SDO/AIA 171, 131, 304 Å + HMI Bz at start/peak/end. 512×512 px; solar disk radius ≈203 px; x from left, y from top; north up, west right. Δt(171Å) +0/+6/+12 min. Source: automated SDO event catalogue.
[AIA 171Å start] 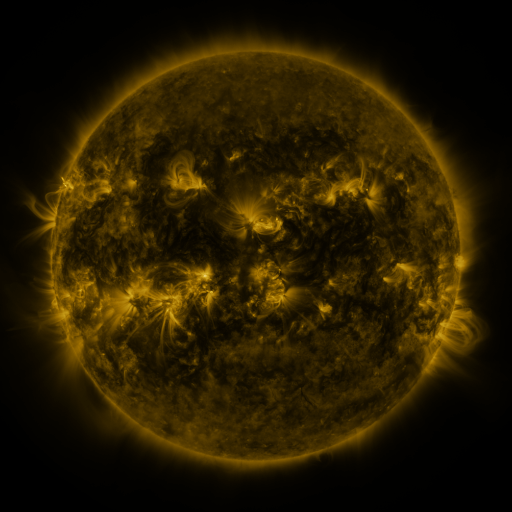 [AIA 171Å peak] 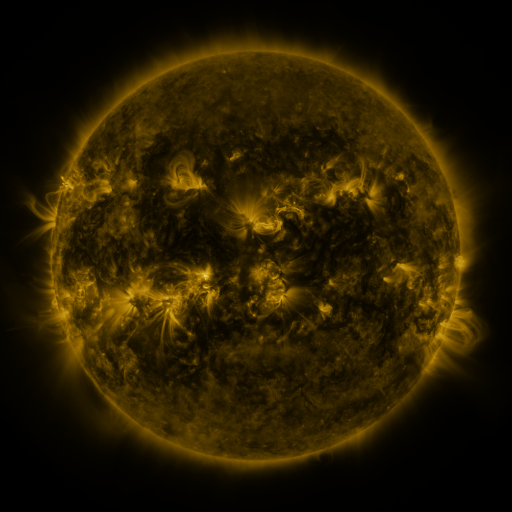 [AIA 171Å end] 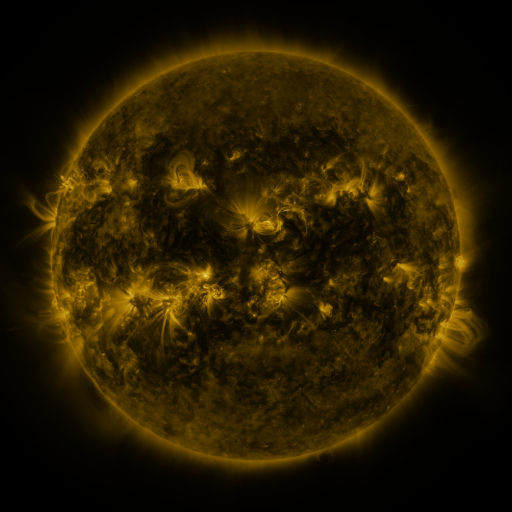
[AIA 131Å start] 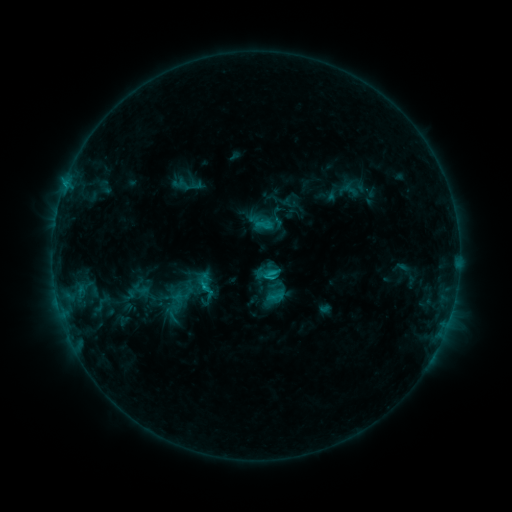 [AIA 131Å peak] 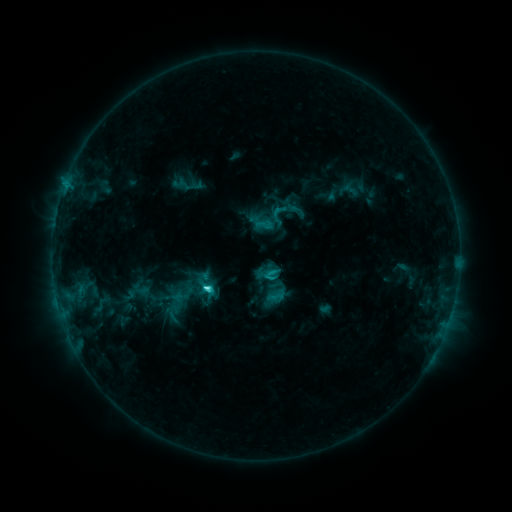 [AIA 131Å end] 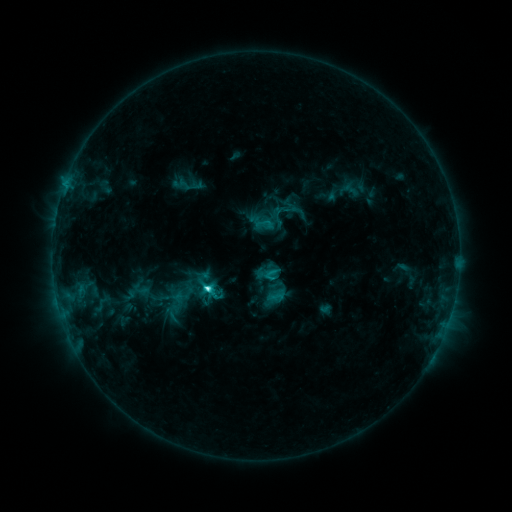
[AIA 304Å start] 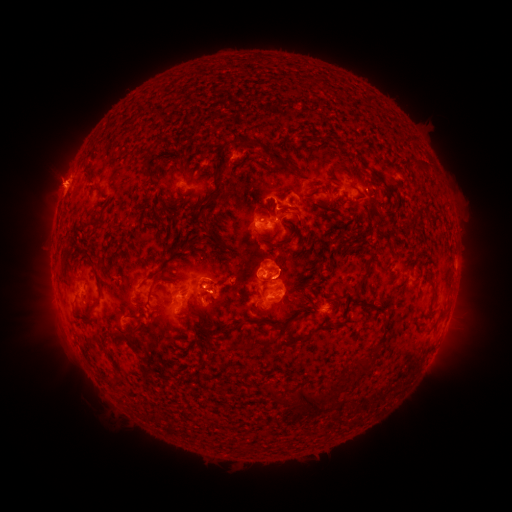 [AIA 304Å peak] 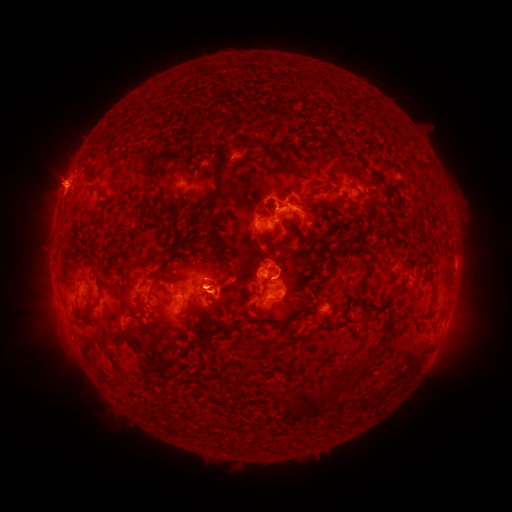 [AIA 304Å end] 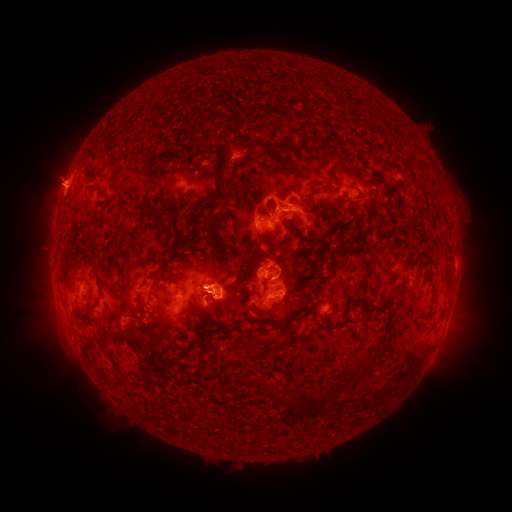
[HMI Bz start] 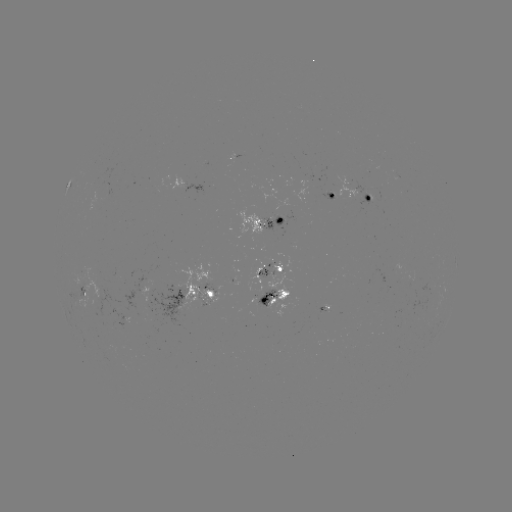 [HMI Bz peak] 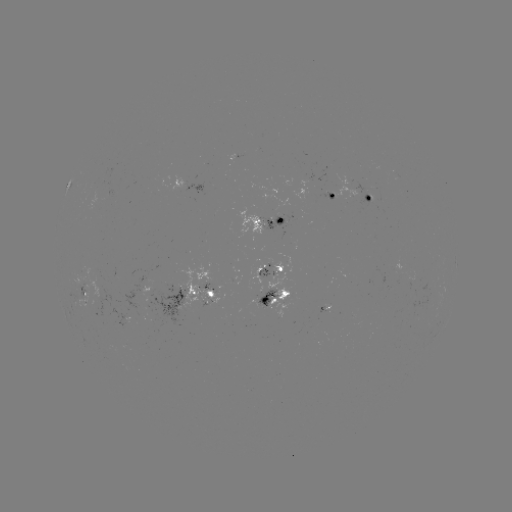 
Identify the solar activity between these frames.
C5.2 flare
